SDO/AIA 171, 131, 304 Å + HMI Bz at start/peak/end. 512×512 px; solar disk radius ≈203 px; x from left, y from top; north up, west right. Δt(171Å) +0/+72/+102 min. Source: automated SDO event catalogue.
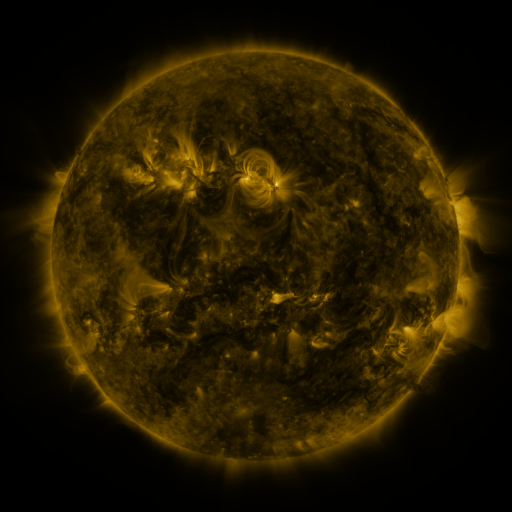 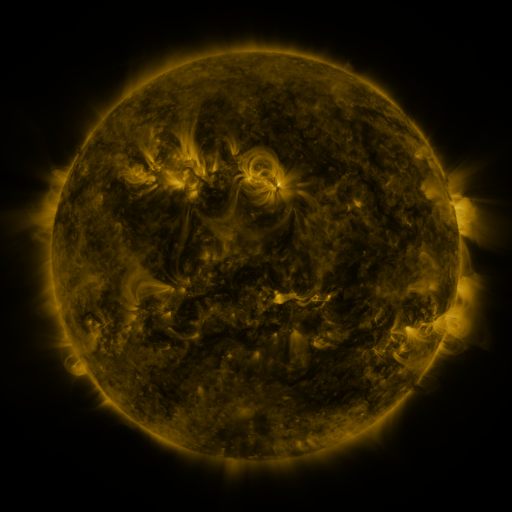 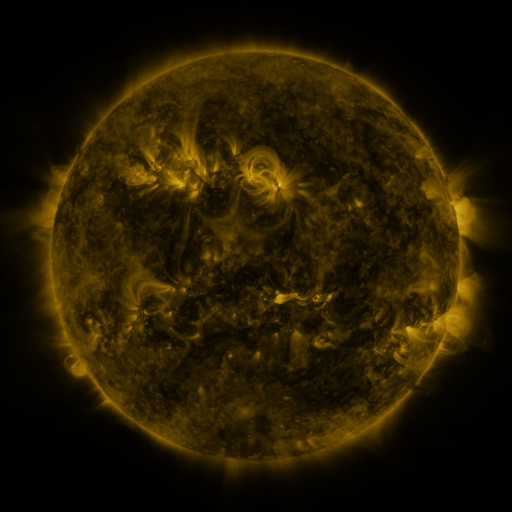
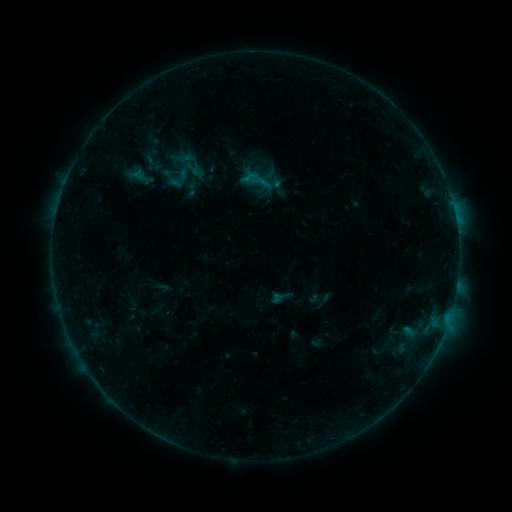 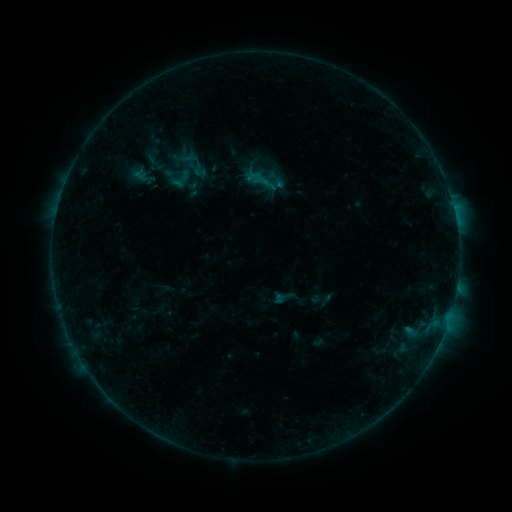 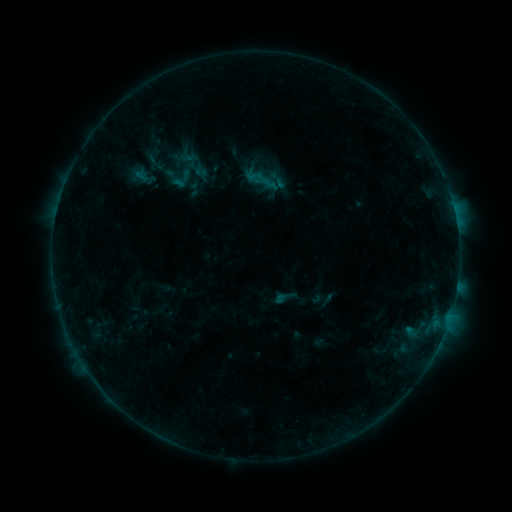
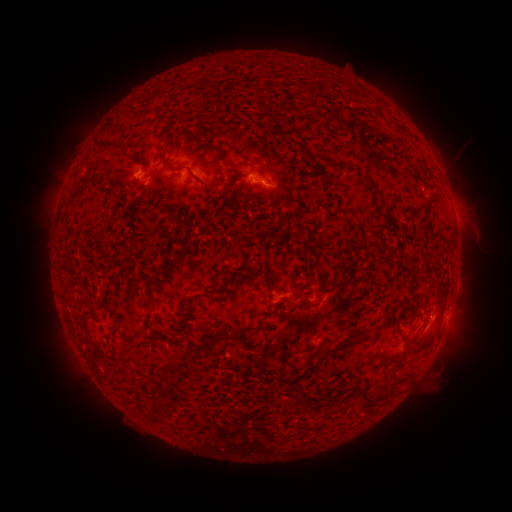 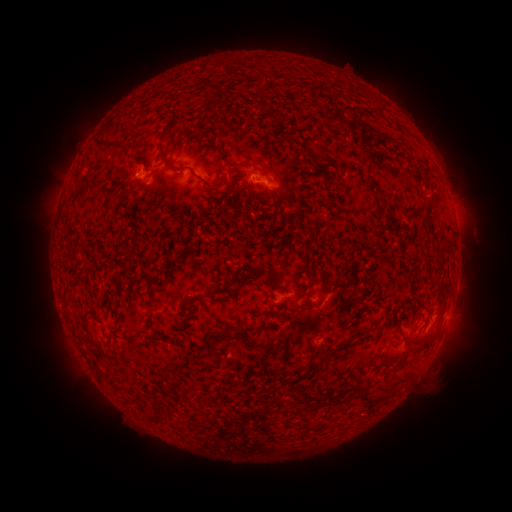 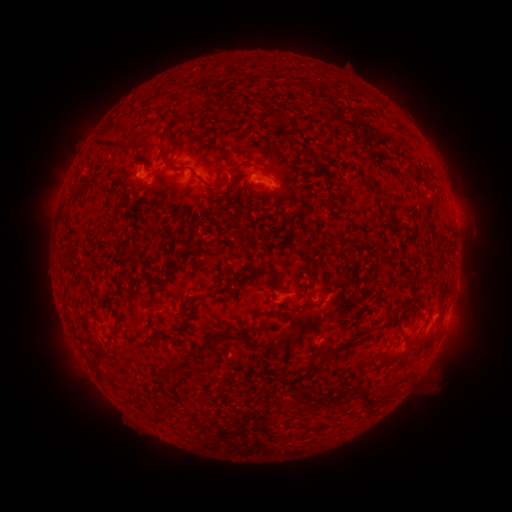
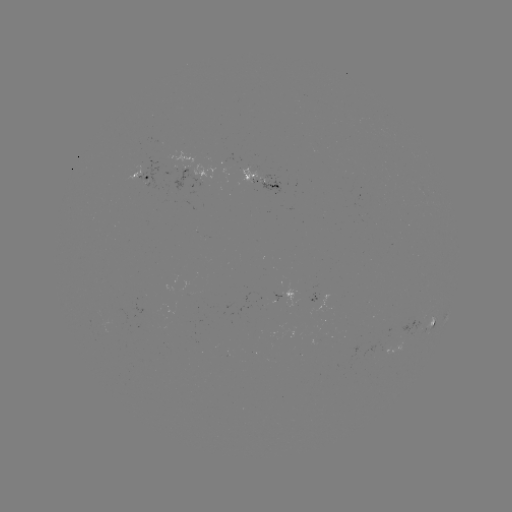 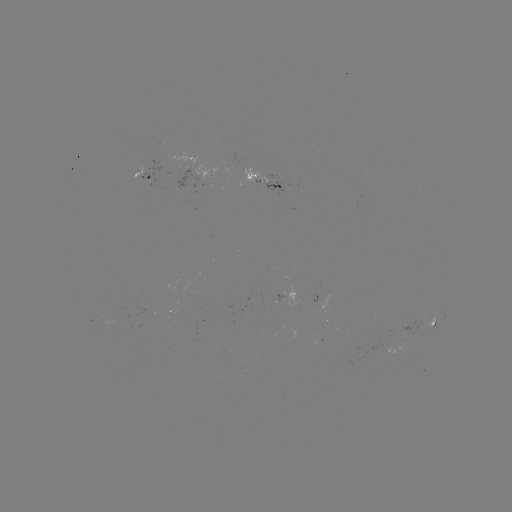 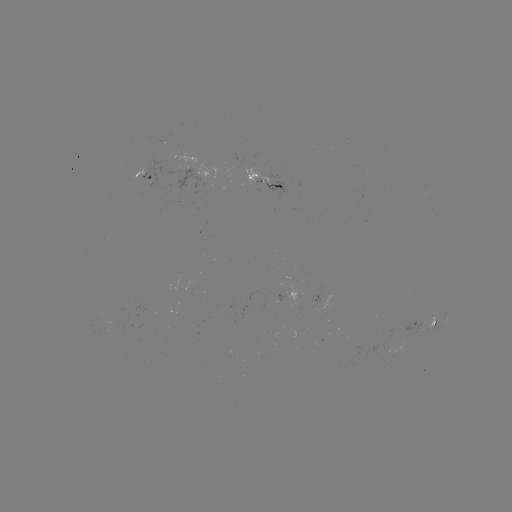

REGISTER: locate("emerging-flux region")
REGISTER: [401, 344]